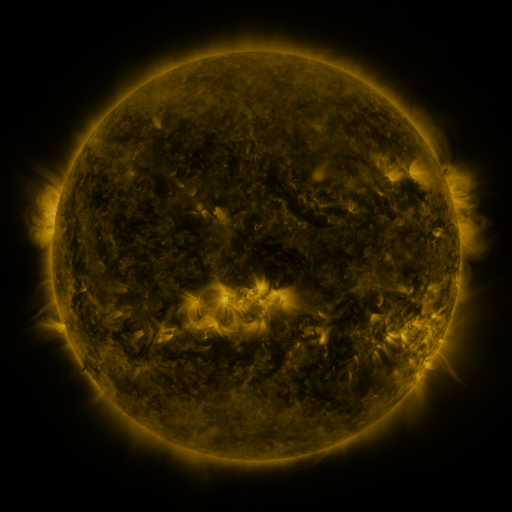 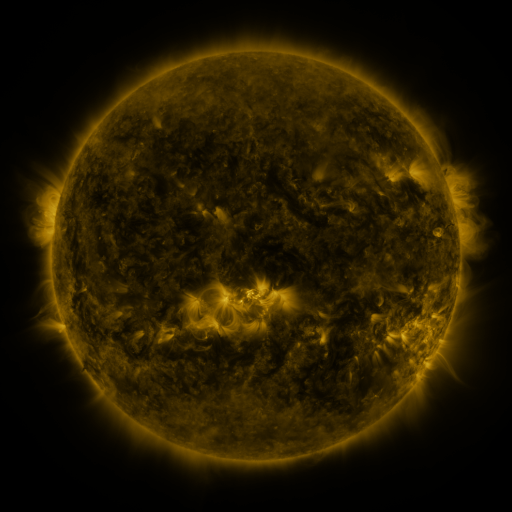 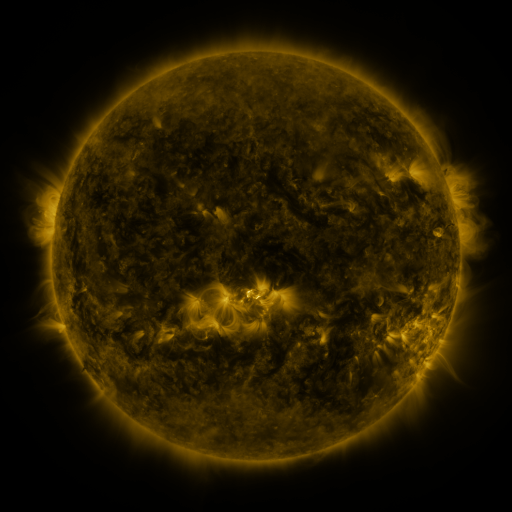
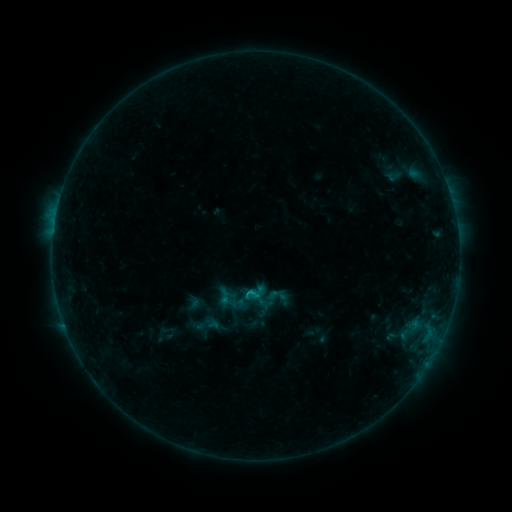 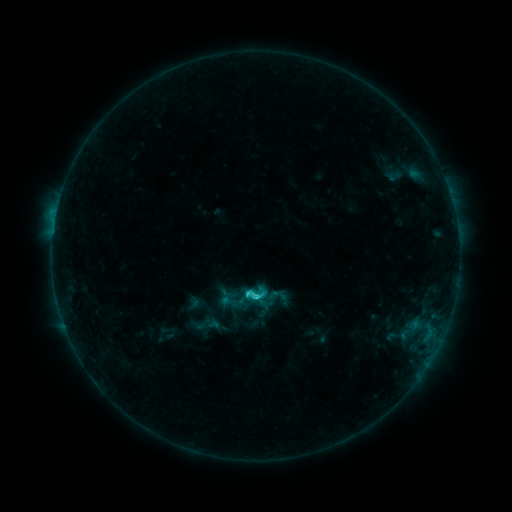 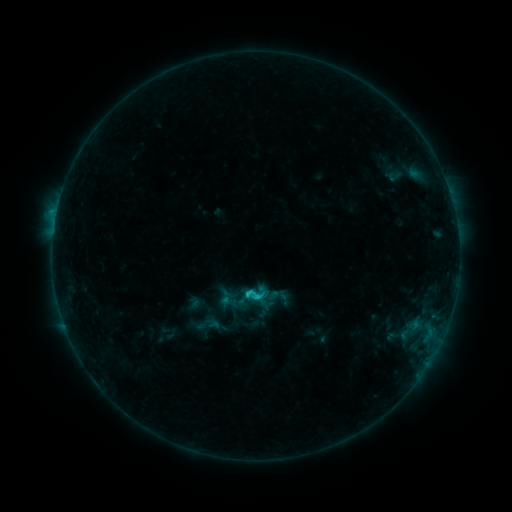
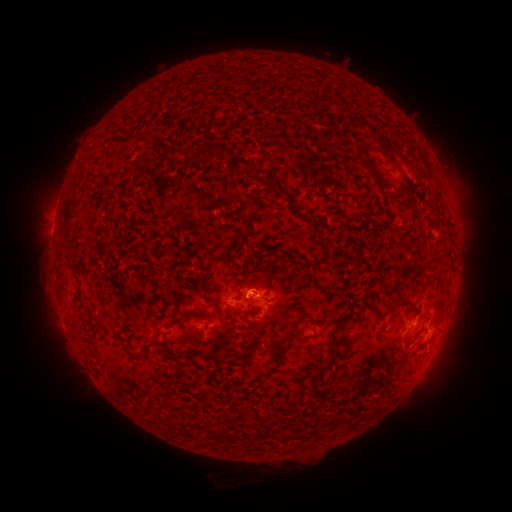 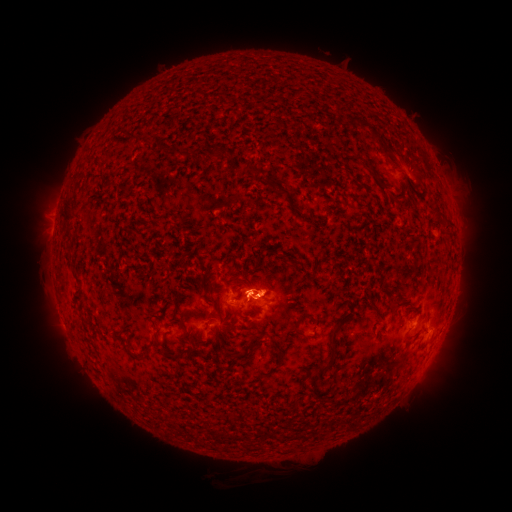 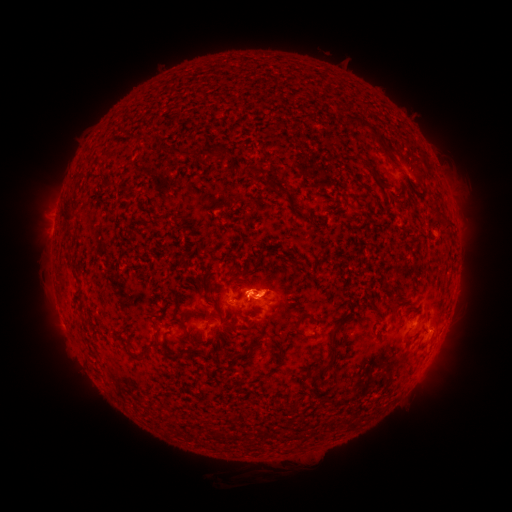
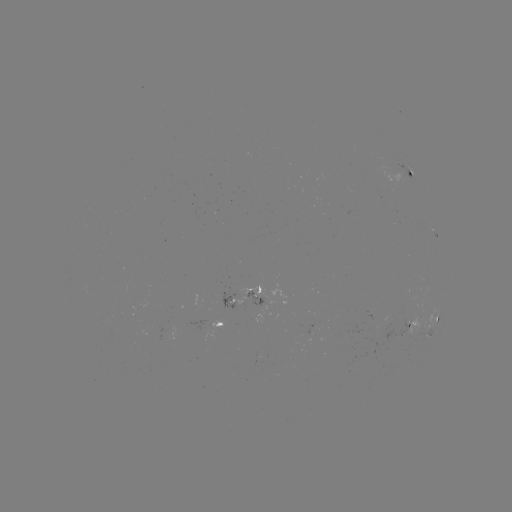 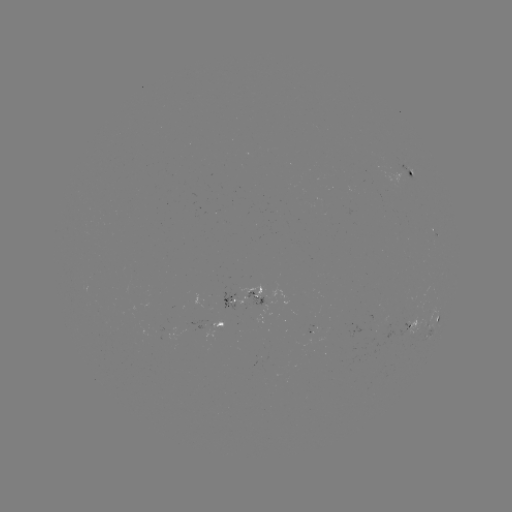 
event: flare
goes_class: C2.1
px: (256, 294)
